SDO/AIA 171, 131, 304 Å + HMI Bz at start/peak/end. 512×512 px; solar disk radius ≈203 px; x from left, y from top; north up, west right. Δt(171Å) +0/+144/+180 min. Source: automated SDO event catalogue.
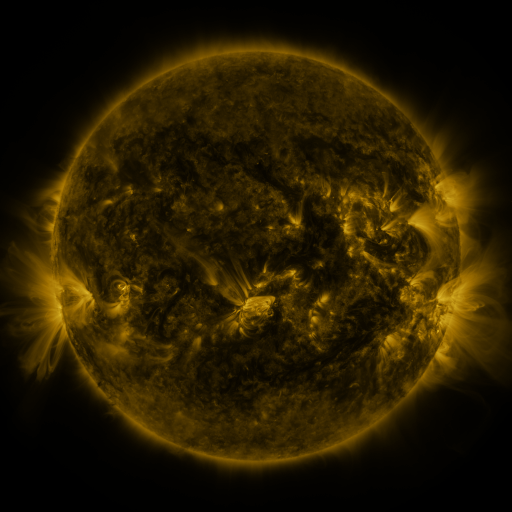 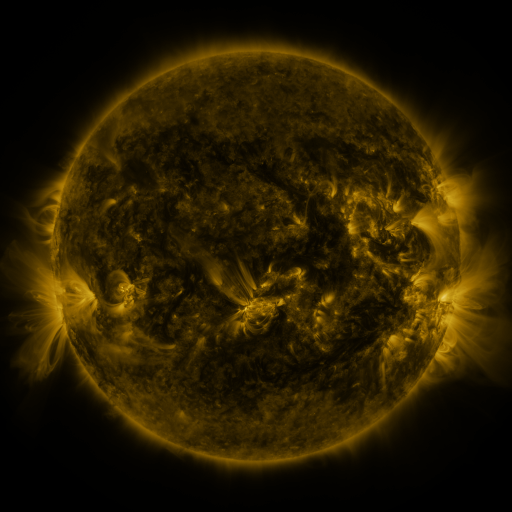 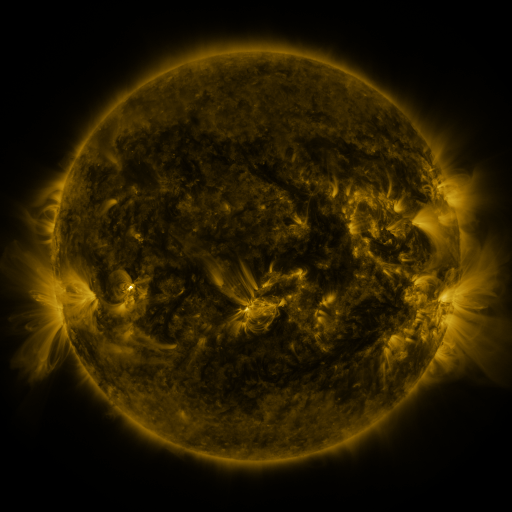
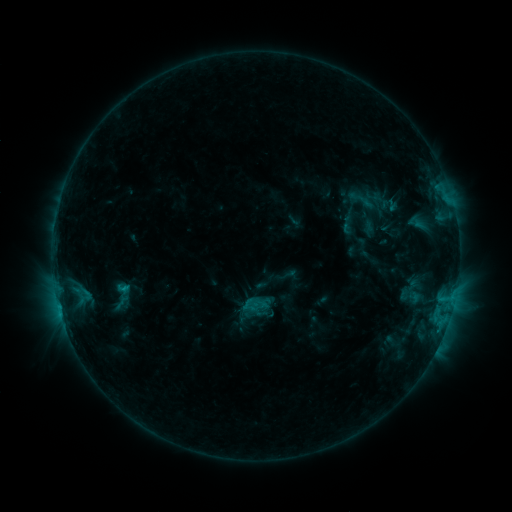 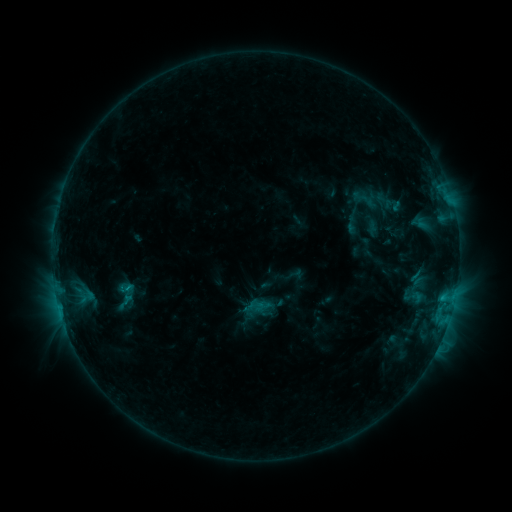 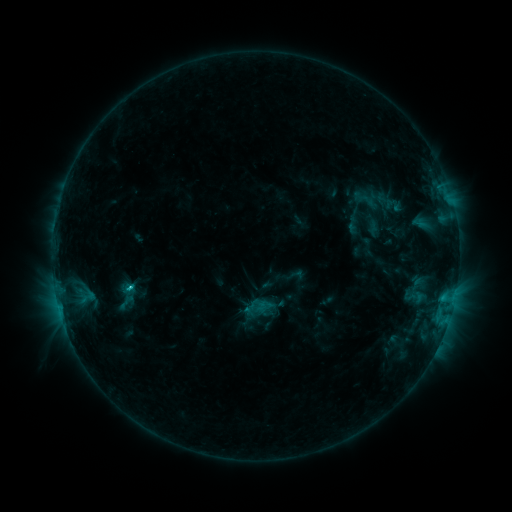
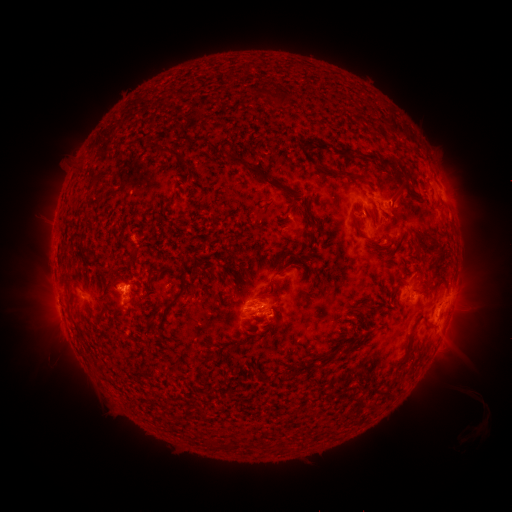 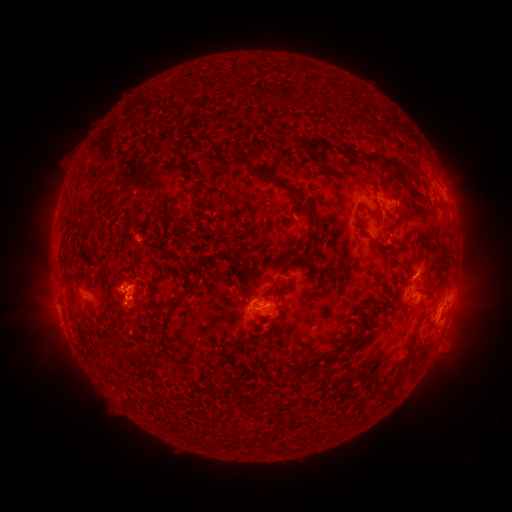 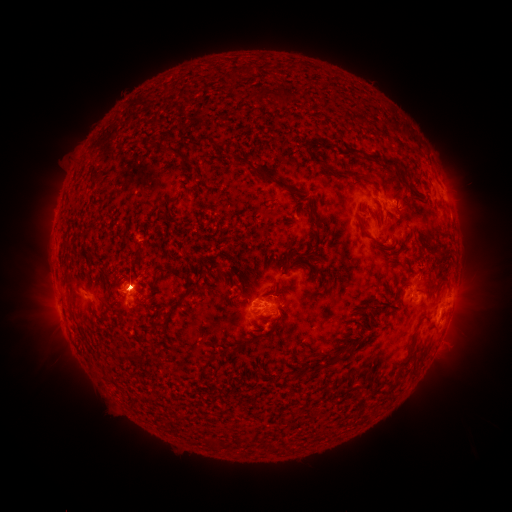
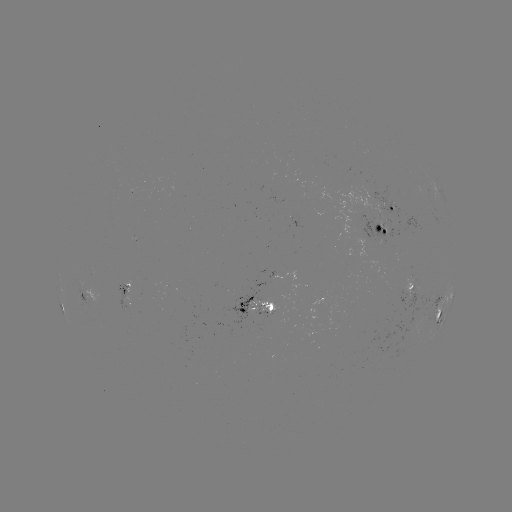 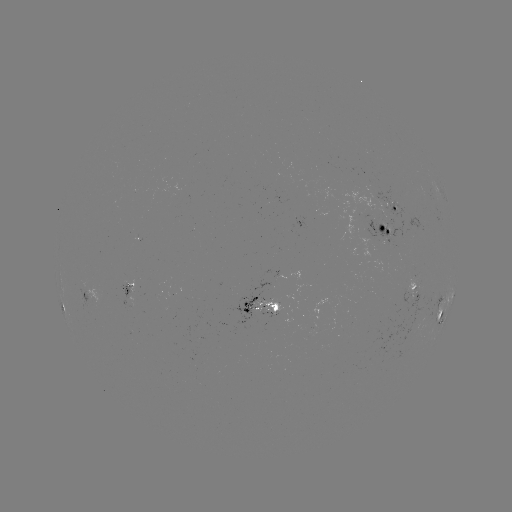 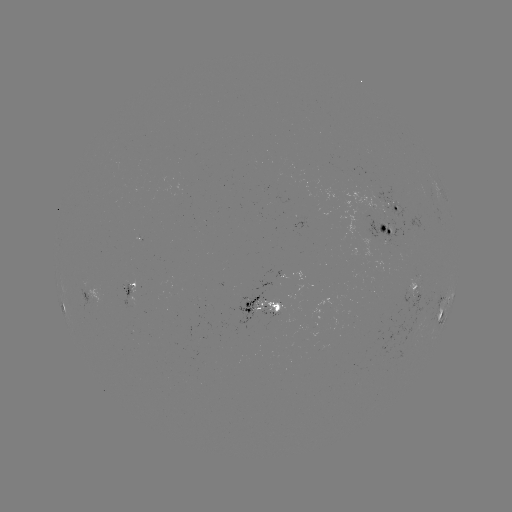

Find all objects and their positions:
emerging-flux region: (391, 234)
